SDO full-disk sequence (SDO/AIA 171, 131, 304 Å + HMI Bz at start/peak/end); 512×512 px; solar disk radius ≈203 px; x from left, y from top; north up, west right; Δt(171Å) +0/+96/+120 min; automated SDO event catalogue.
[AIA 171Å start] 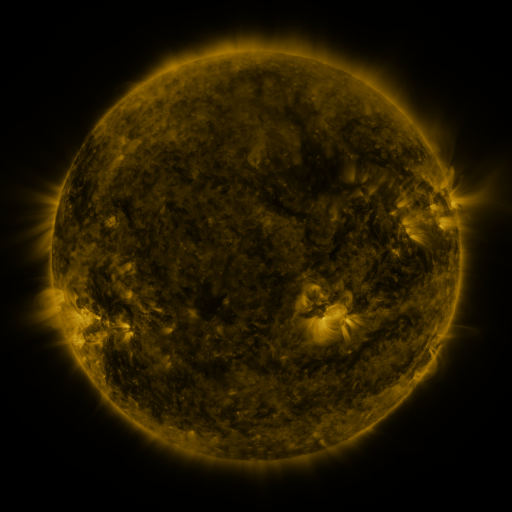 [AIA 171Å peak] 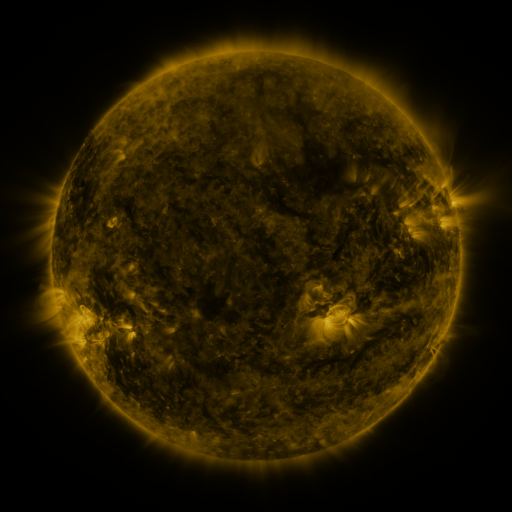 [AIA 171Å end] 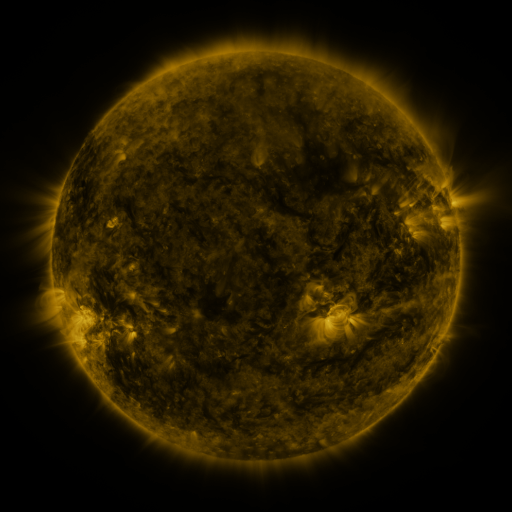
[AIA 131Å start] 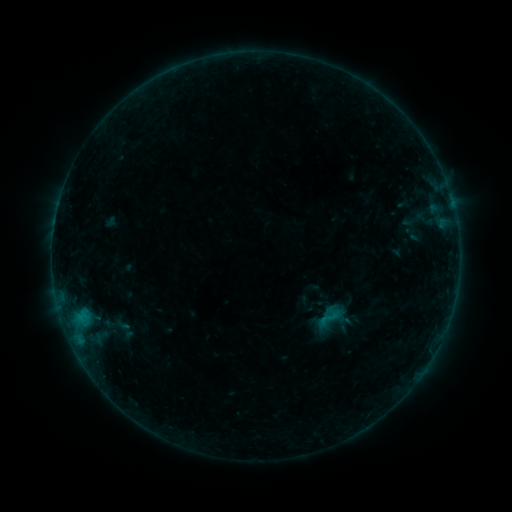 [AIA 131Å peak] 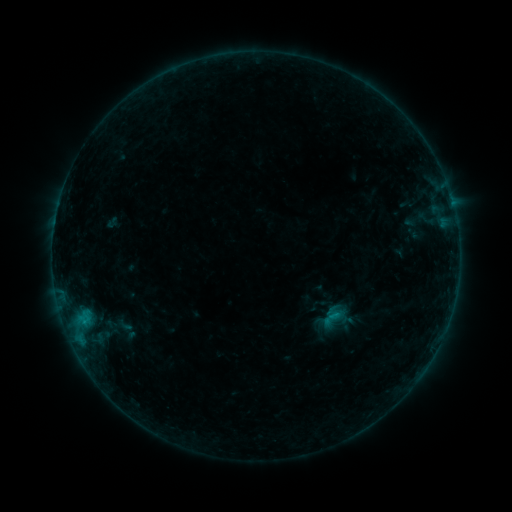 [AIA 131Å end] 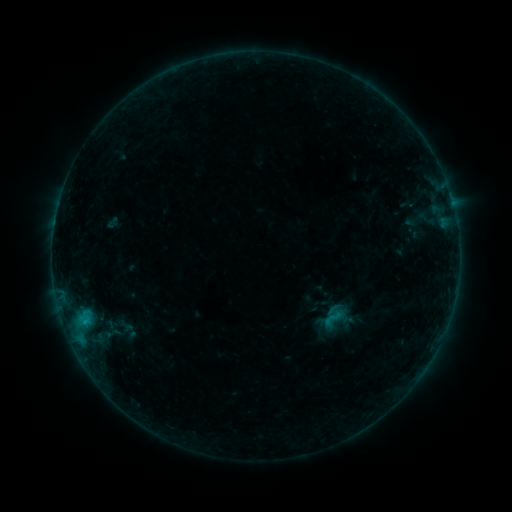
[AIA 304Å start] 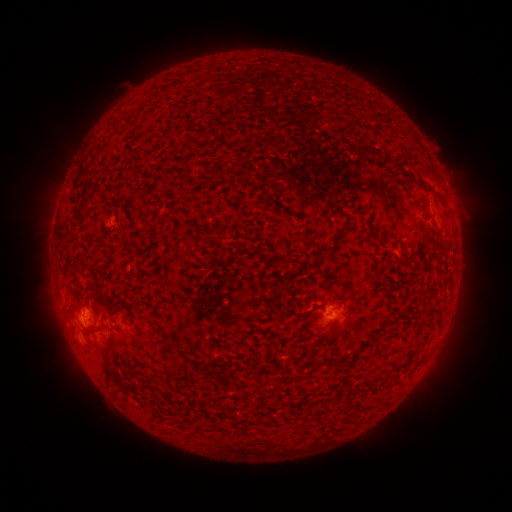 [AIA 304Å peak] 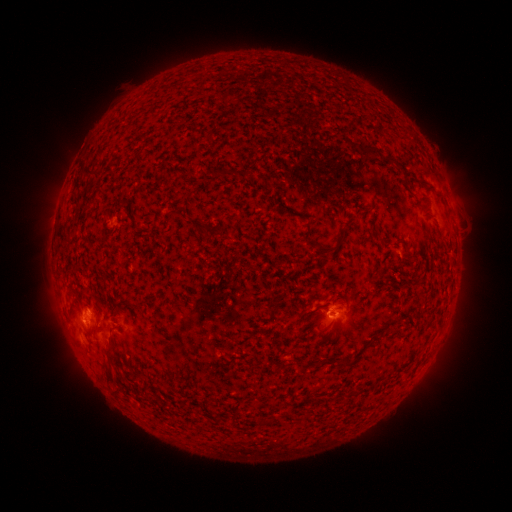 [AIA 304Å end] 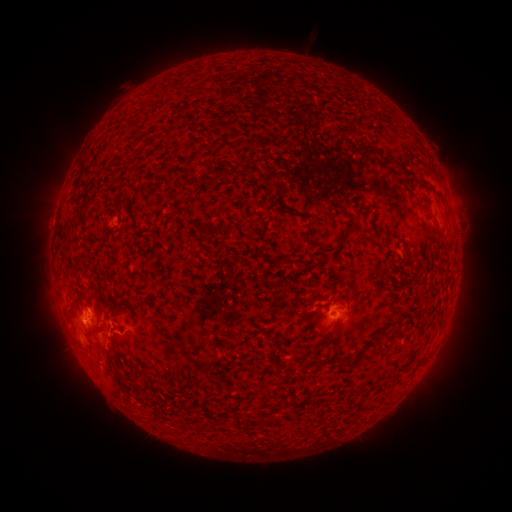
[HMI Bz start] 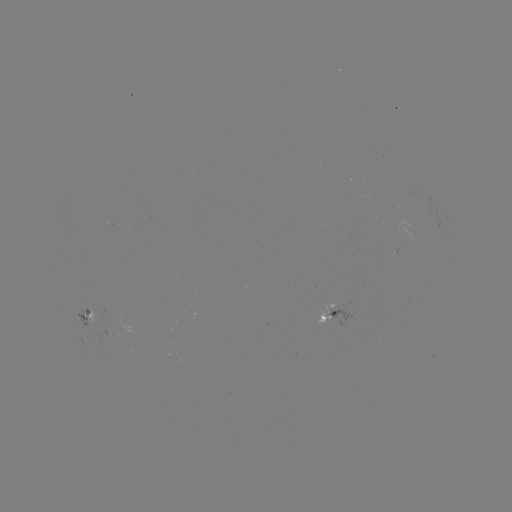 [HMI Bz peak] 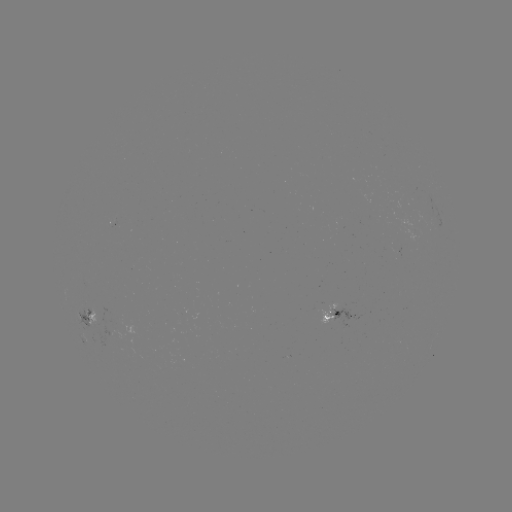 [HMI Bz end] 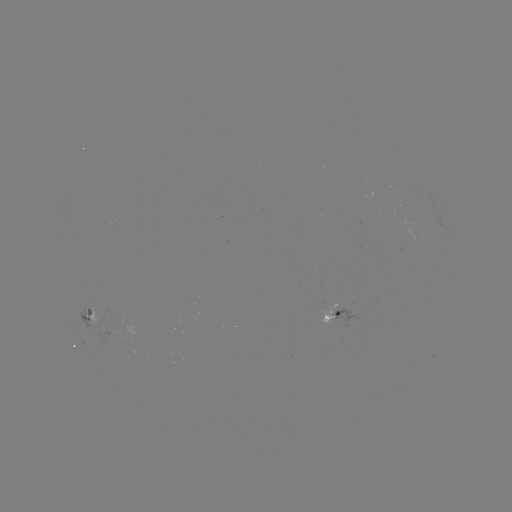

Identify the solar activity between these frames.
emerging-flux region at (99, 316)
